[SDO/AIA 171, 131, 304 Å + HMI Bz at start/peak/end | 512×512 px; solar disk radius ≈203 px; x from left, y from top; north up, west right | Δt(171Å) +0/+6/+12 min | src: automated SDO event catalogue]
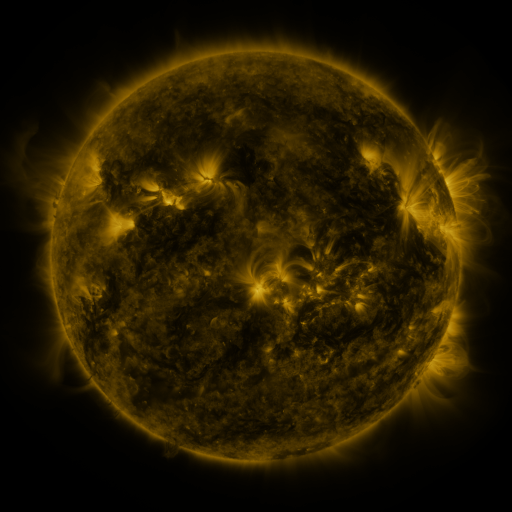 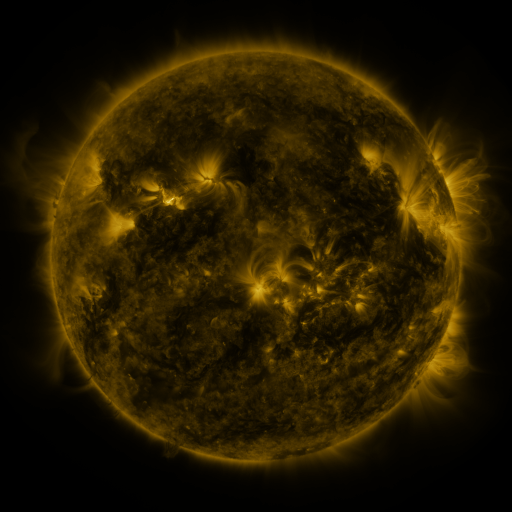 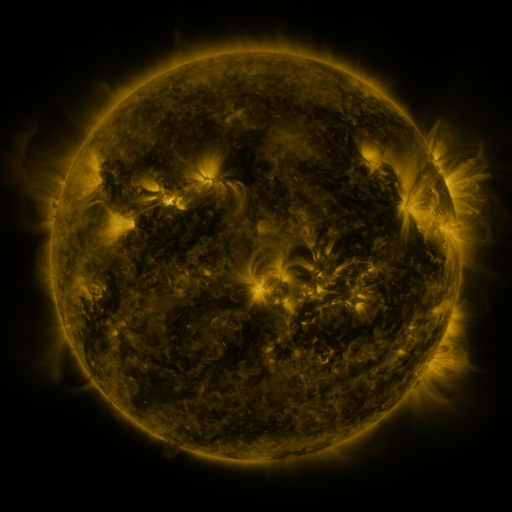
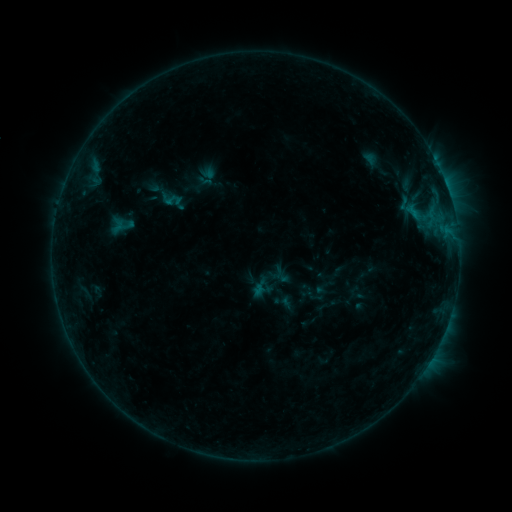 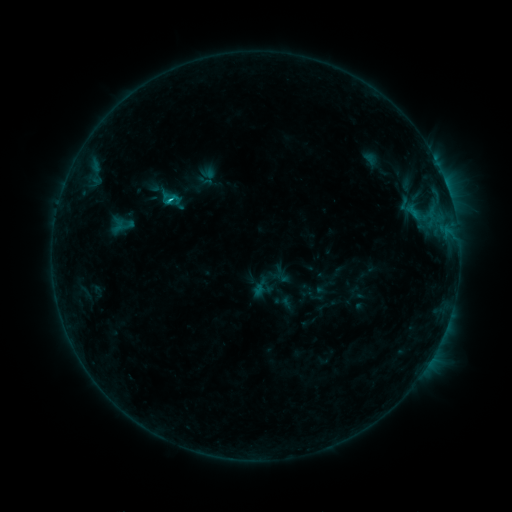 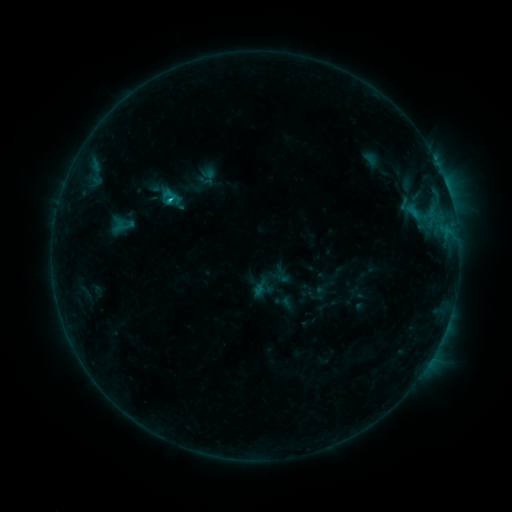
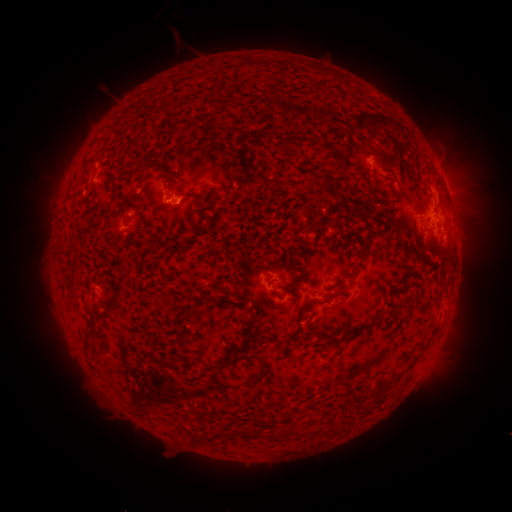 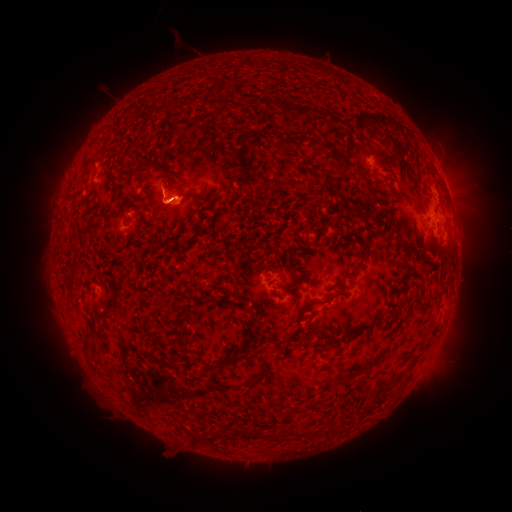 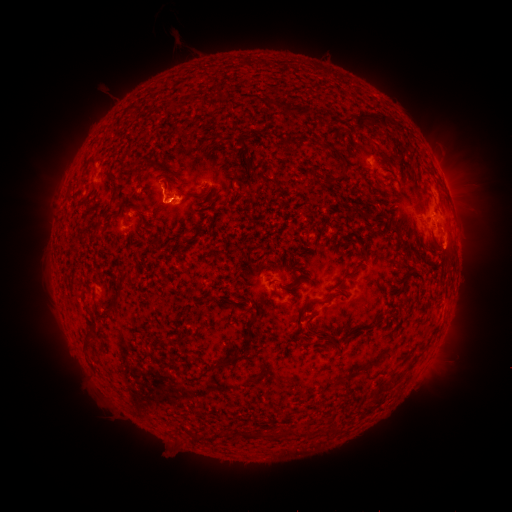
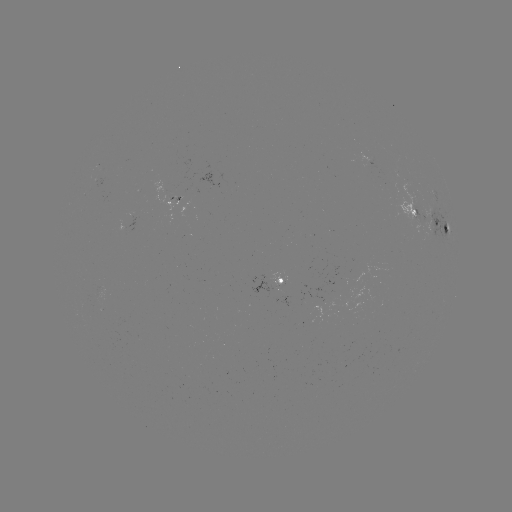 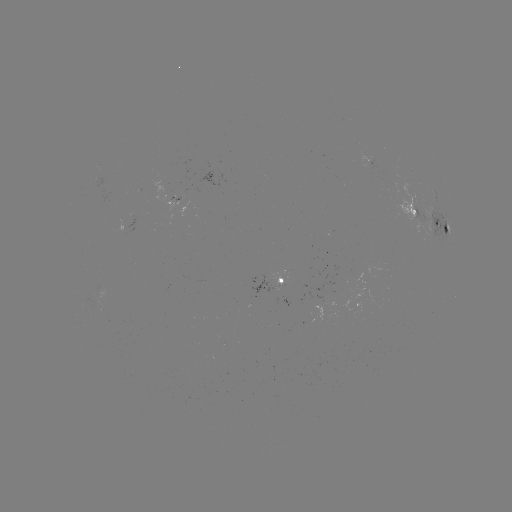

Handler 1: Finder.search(C1.1 flare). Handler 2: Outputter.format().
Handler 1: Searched C1.1 flare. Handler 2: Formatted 171,201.